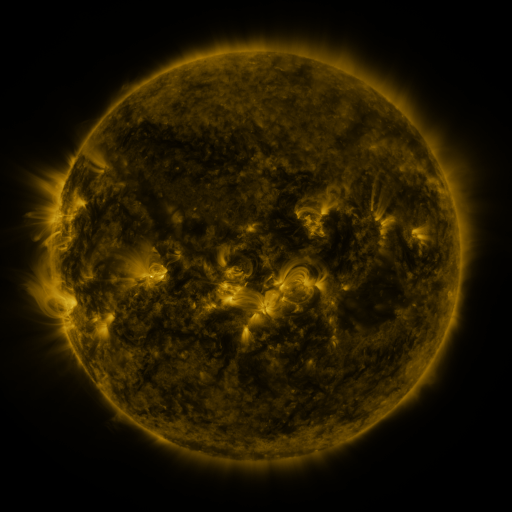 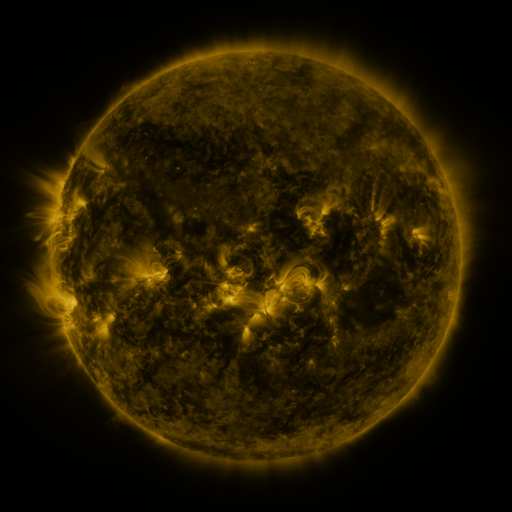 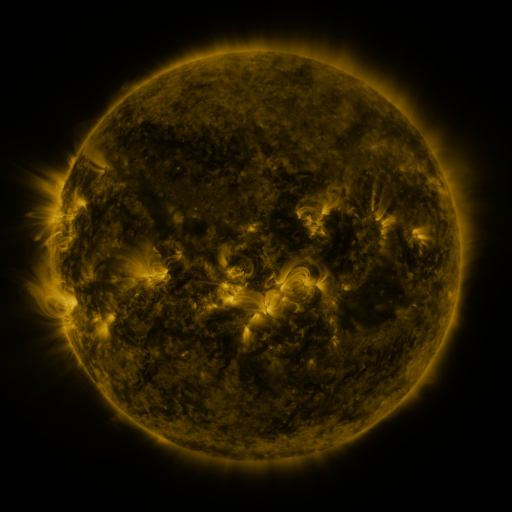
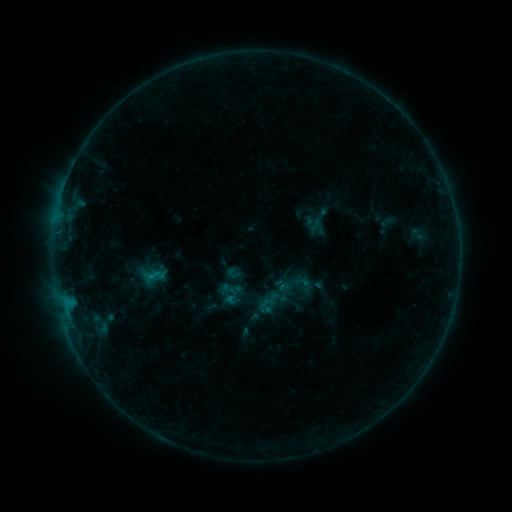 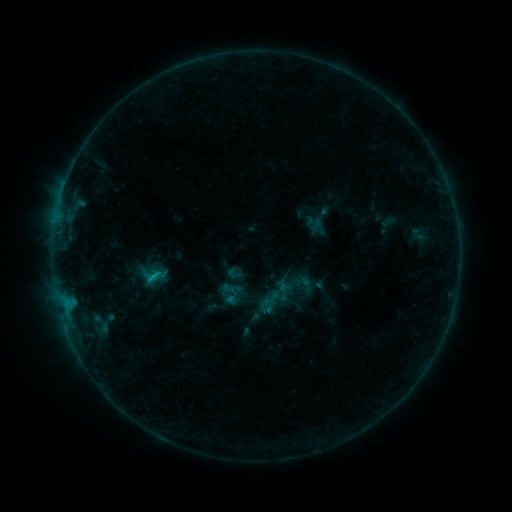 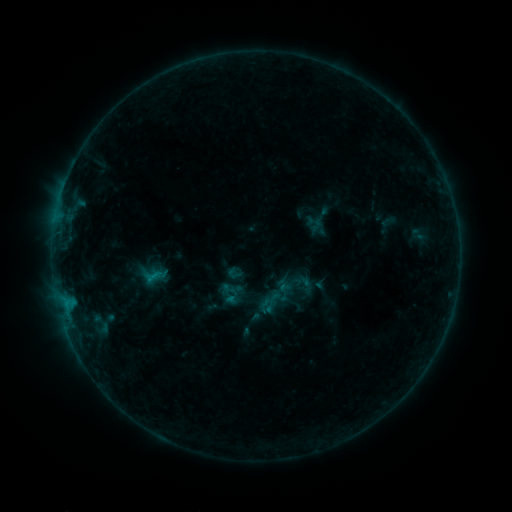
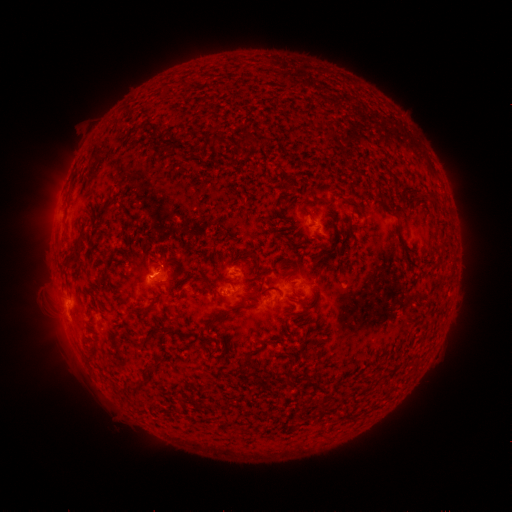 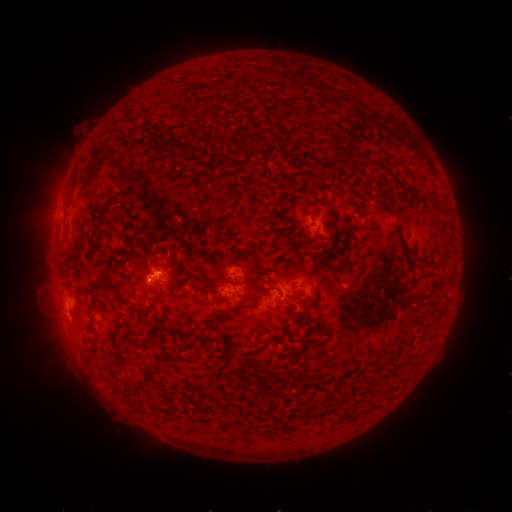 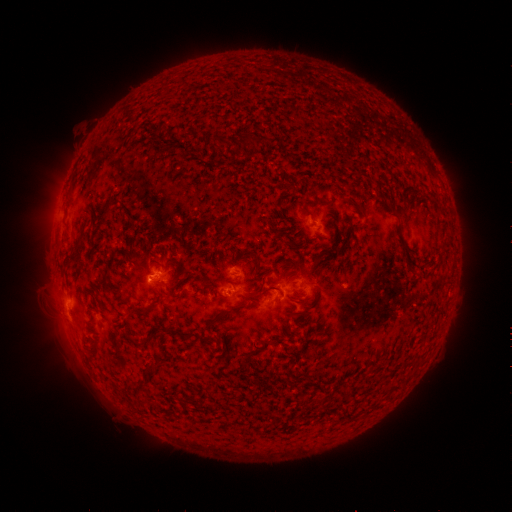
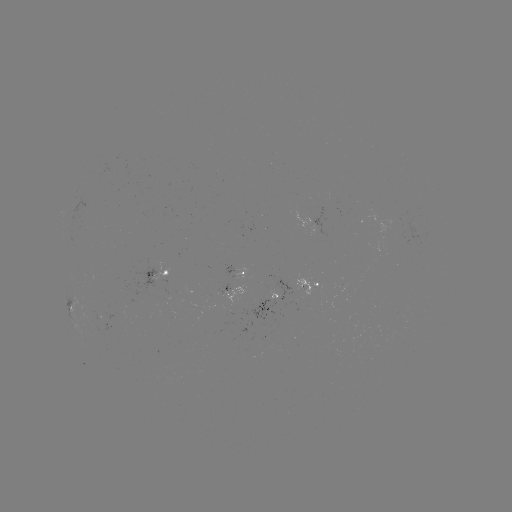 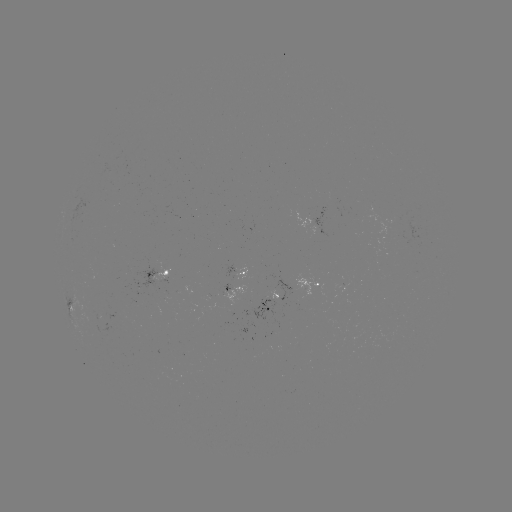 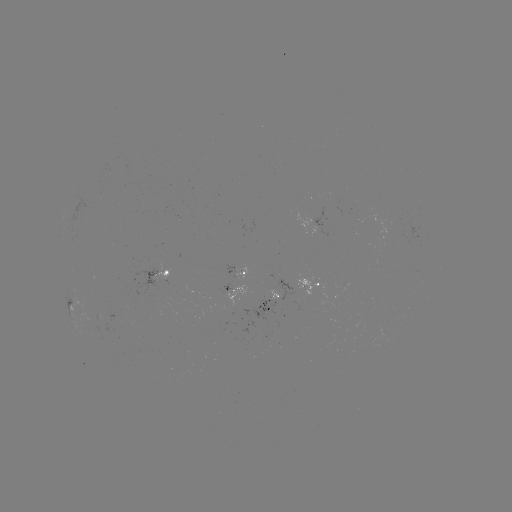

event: flare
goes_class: B5.7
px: (151, 276)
